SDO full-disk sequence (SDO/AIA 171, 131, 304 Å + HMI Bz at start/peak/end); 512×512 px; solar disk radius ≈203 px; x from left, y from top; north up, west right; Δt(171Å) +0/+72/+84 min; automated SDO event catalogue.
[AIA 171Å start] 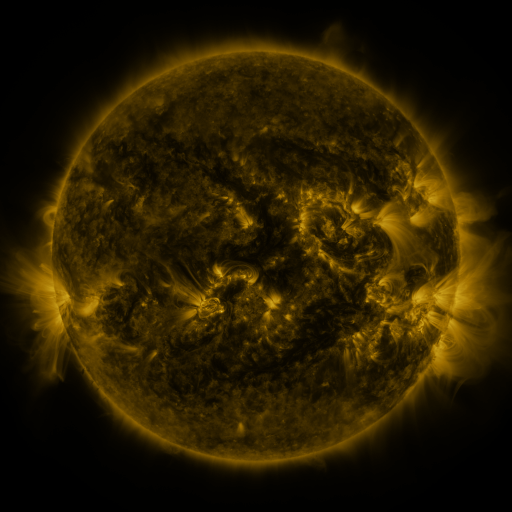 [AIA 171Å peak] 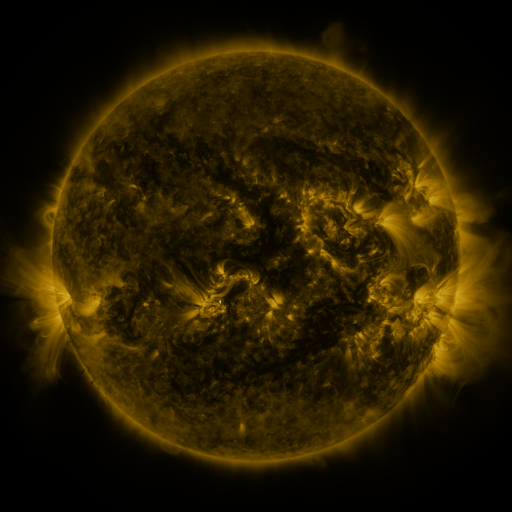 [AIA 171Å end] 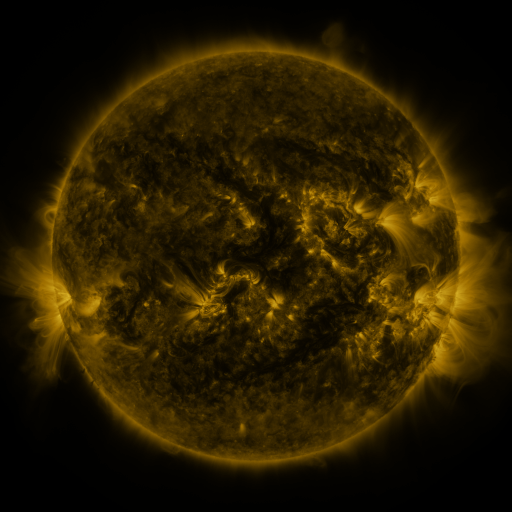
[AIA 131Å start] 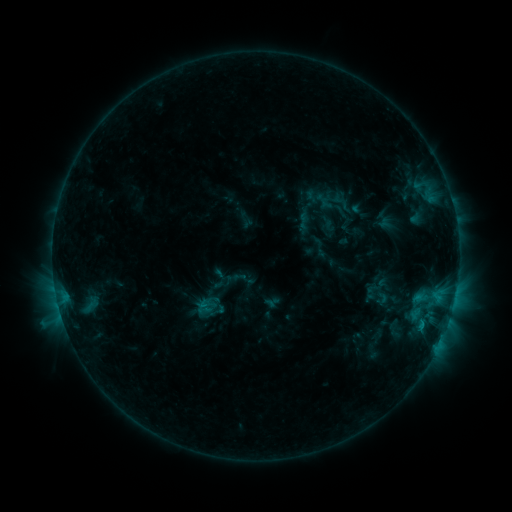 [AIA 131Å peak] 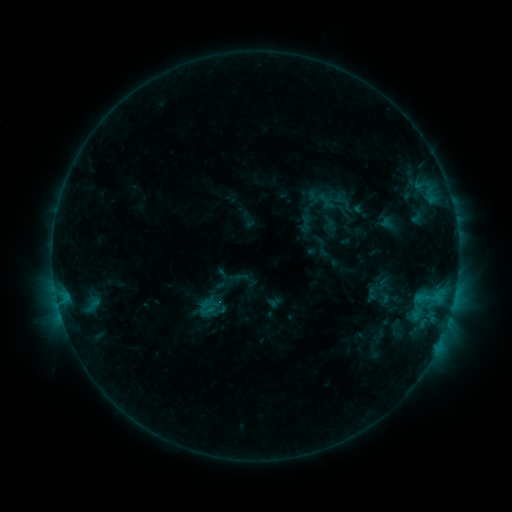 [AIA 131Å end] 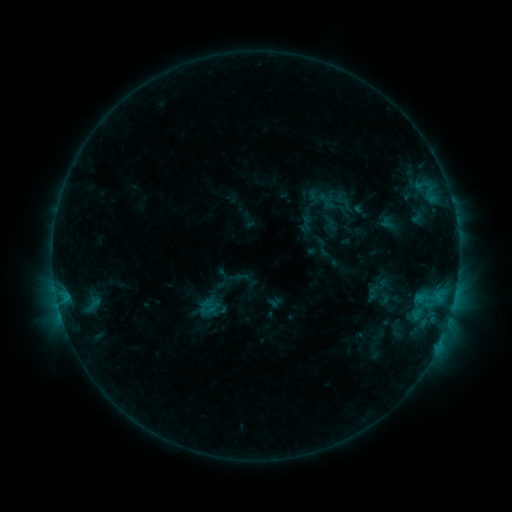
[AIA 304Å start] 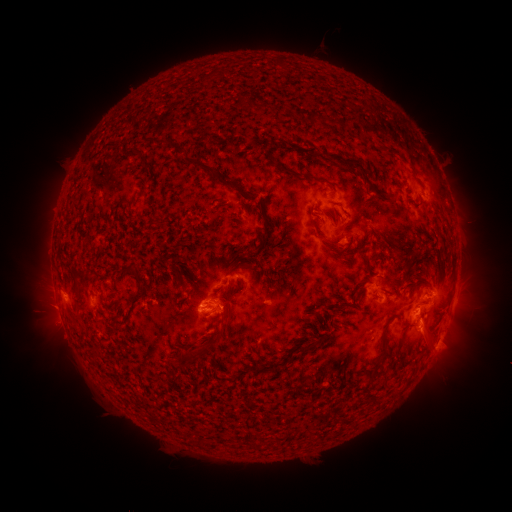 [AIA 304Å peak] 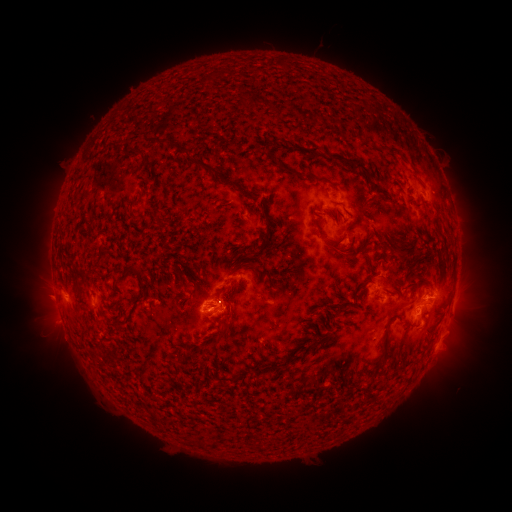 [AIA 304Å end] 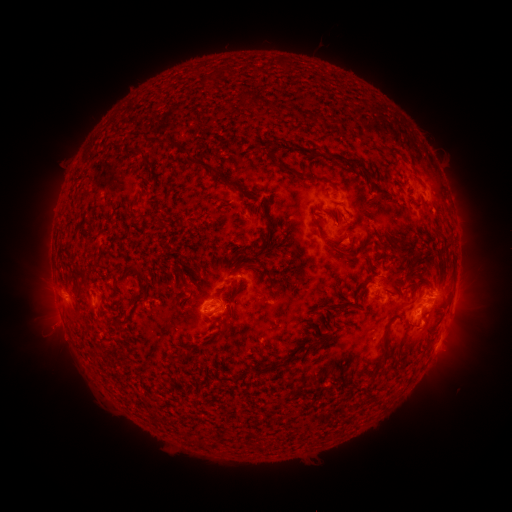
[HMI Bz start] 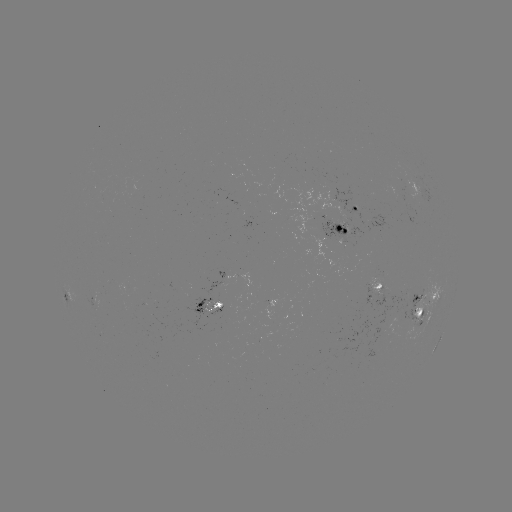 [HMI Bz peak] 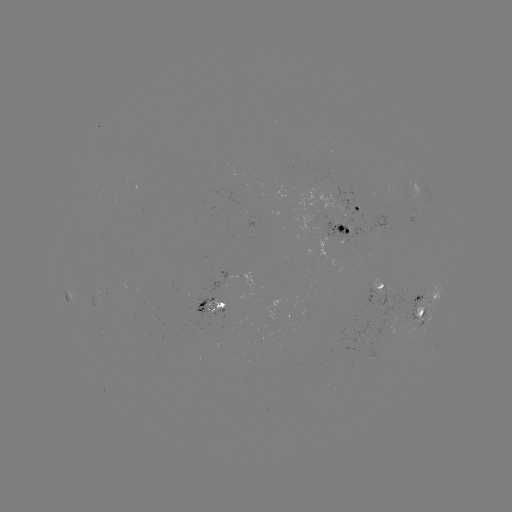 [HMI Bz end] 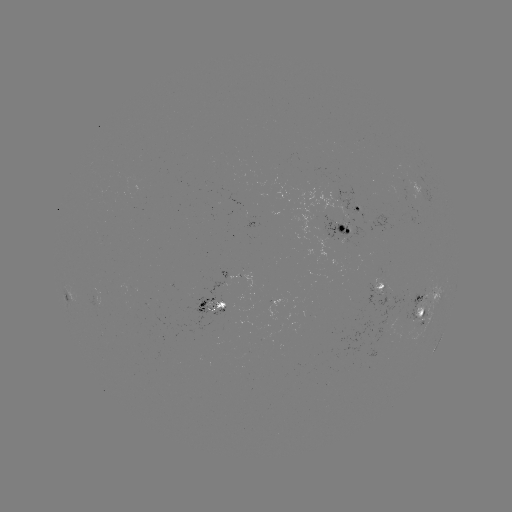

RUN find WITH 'emerging-flux region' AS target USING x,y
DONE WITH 206,306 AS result